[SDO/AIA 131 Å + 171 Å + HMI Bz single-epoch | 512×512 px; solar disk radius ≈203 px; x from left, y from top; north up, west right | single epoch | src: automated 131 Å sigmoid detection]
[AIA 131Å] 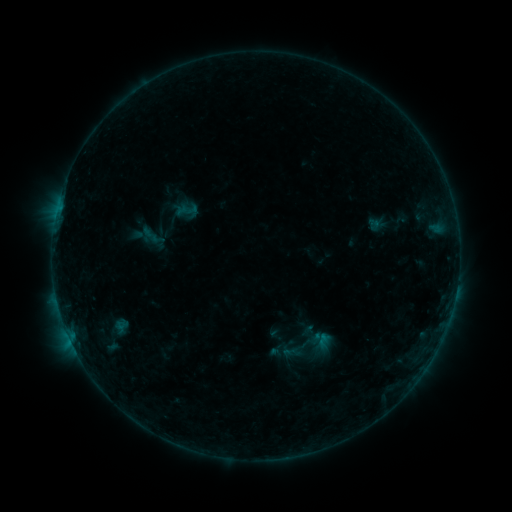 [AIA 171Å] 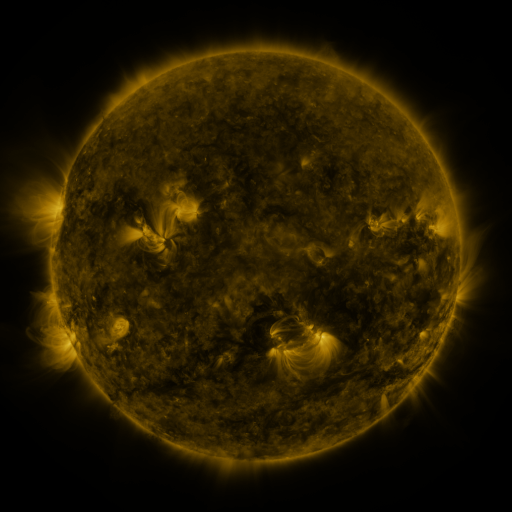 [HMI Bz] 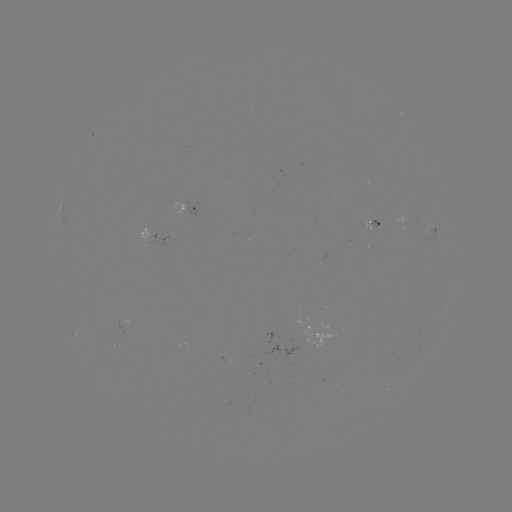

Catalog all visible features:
sigmoid: (322, 342)
